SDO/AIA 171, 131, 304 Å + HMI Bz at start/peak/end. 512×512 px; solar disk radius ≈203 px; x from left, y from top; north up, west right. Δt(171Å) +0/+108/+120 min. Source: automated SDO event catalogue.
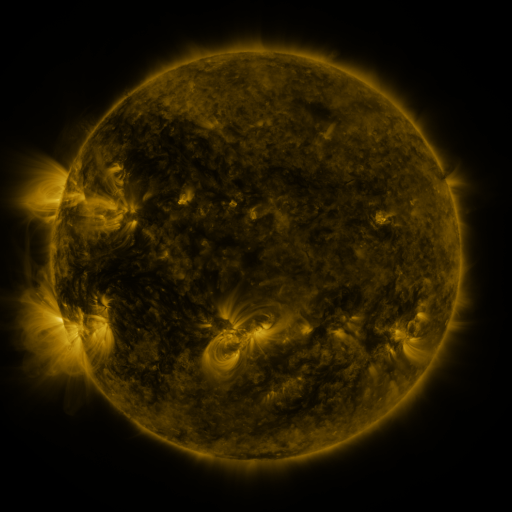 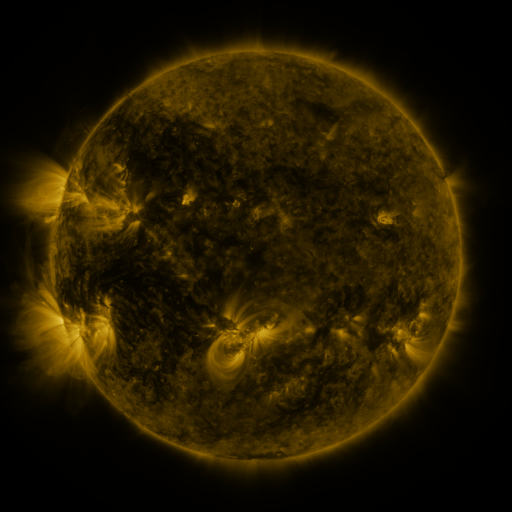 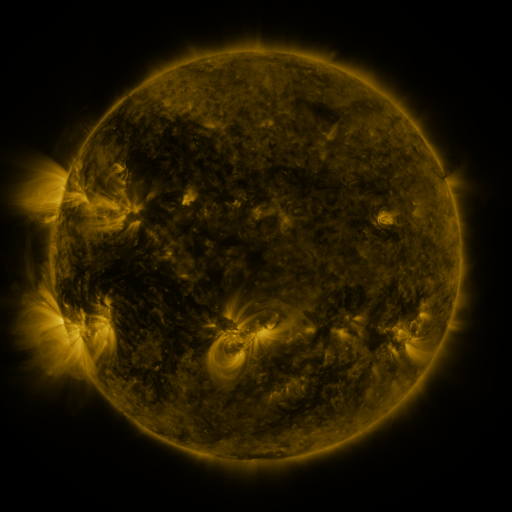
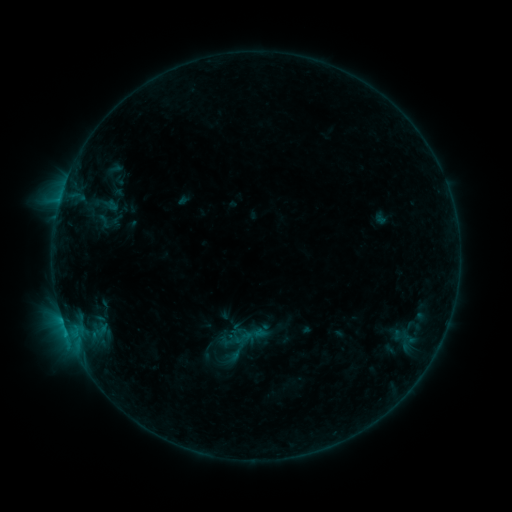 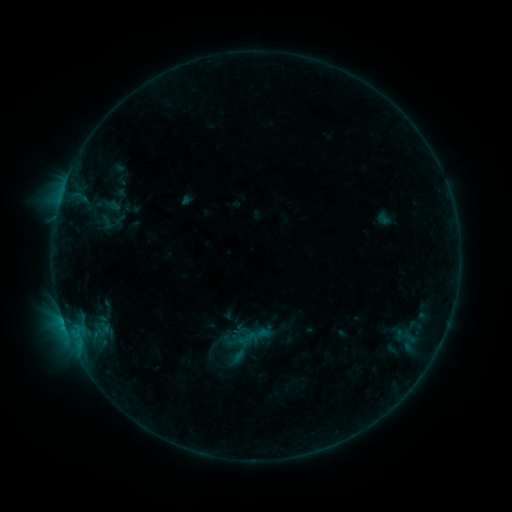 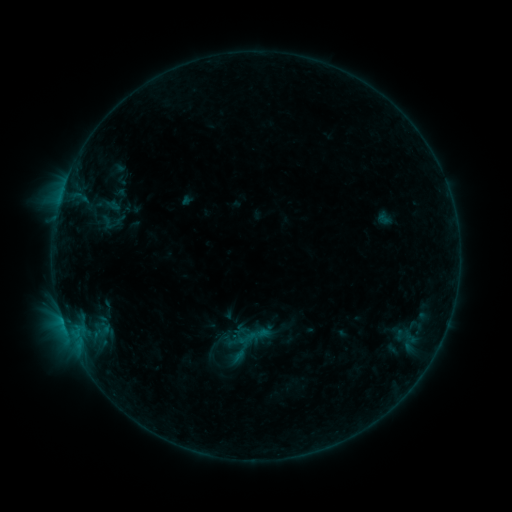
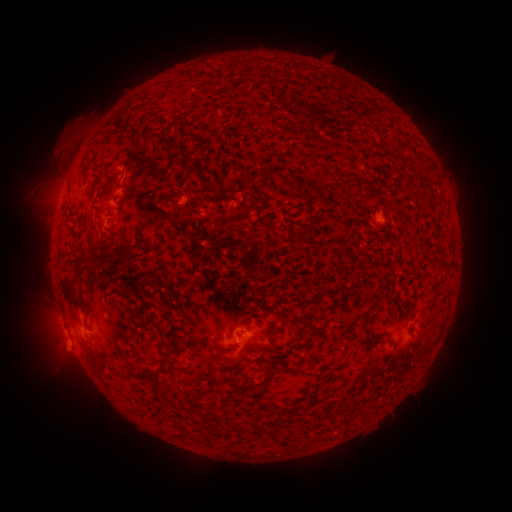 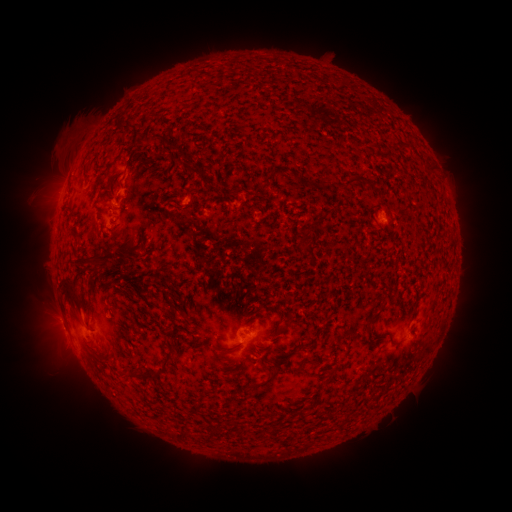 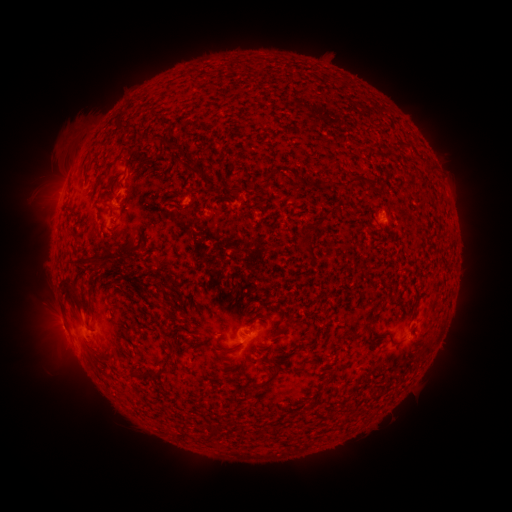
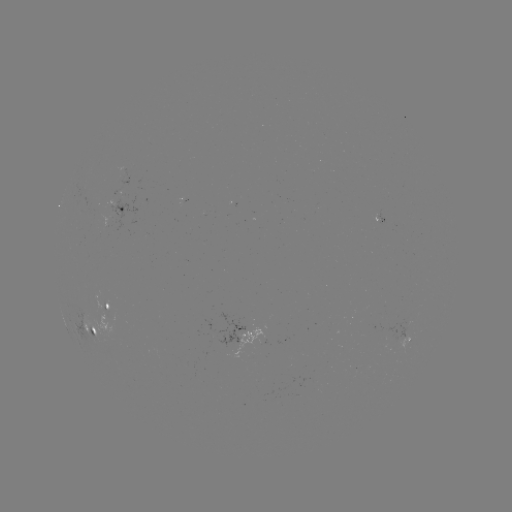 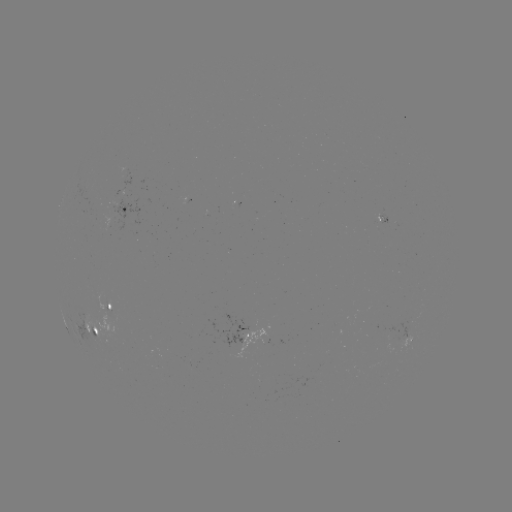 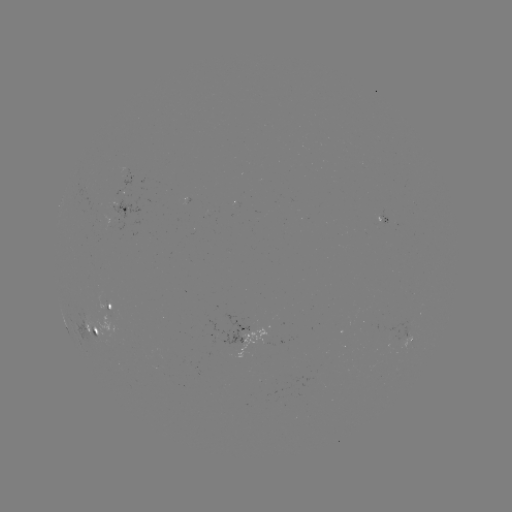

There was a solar emerging-flux region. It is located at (104, 317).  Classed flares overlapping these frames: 1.